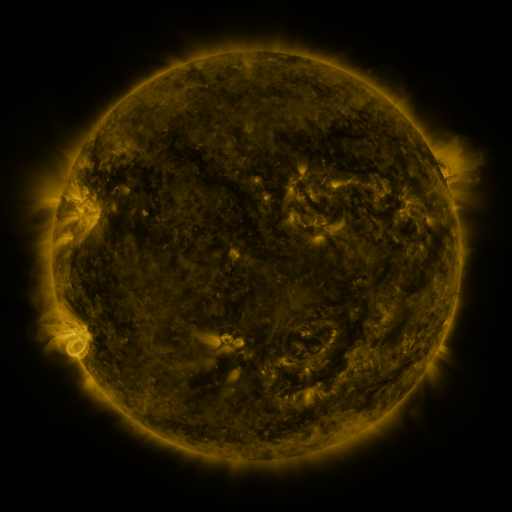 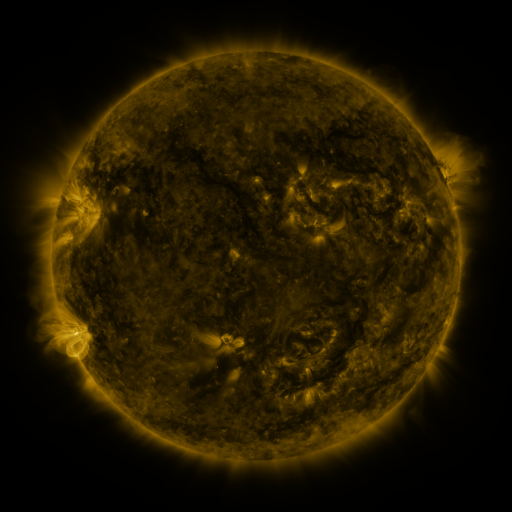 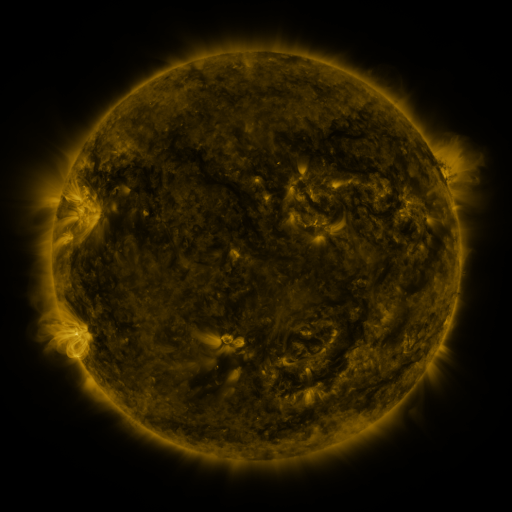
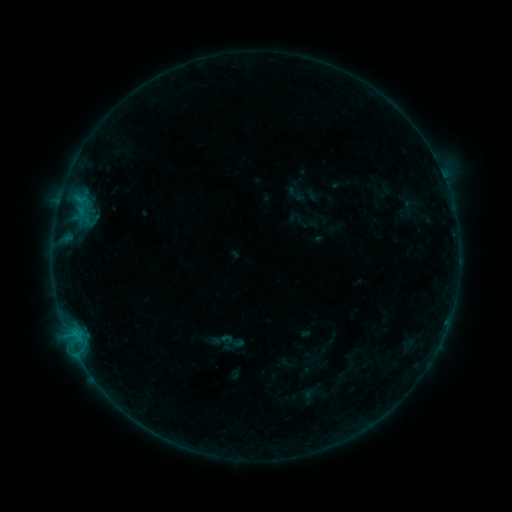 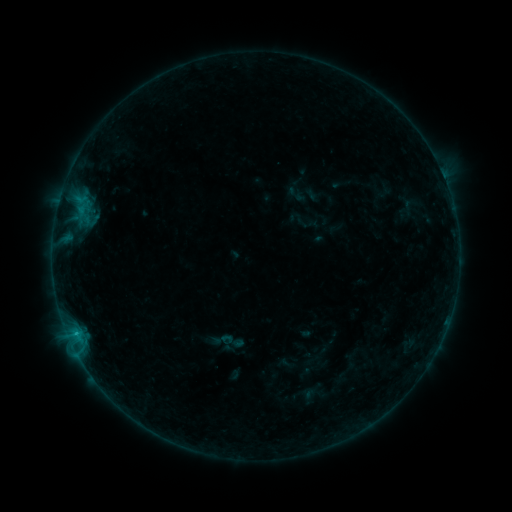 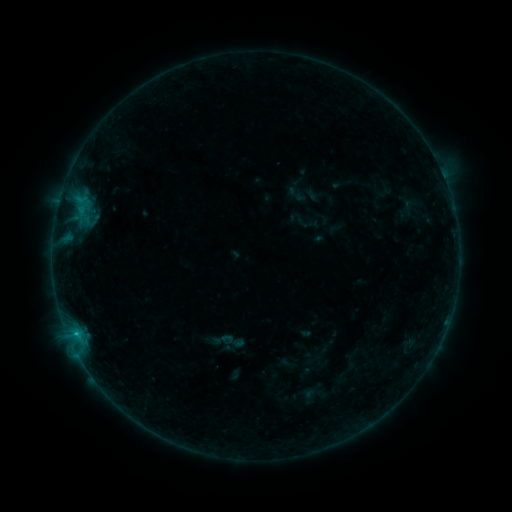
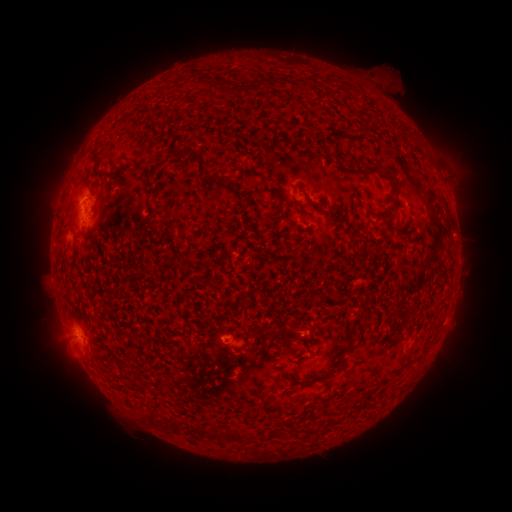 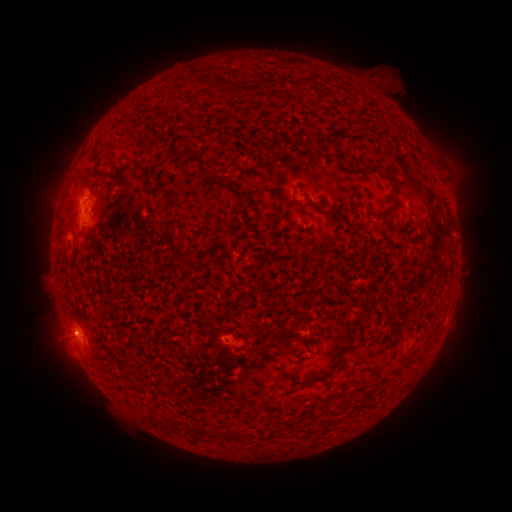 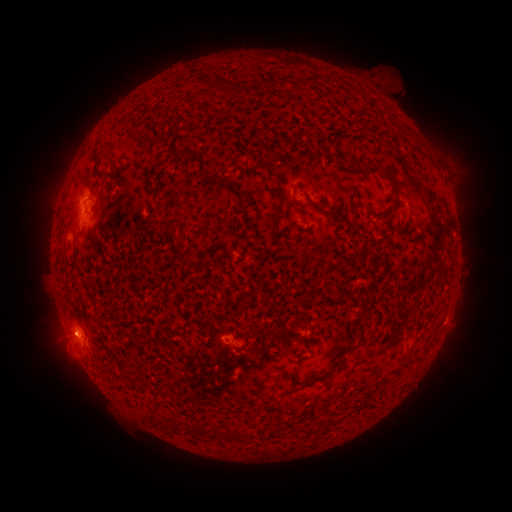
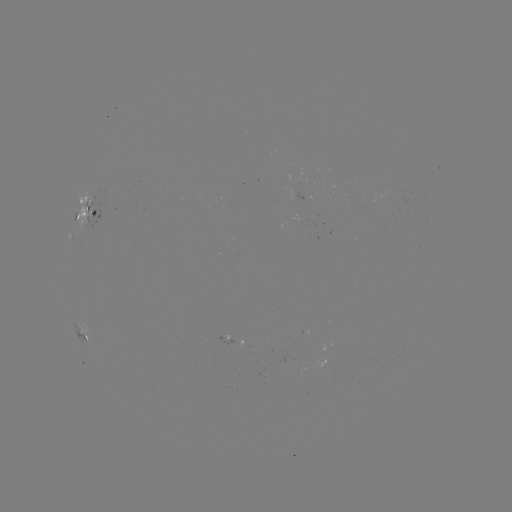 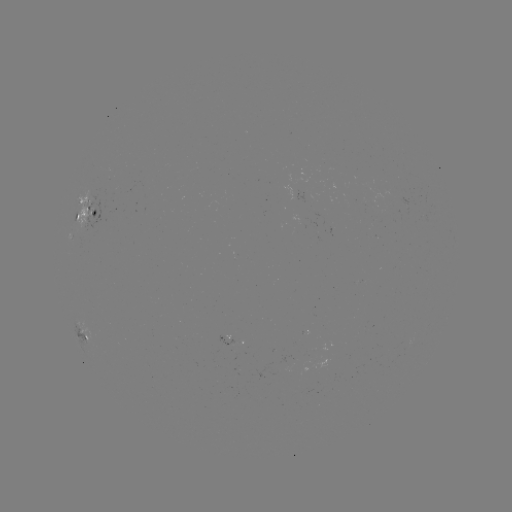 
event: flare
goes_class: B8.3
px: (77, 333)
